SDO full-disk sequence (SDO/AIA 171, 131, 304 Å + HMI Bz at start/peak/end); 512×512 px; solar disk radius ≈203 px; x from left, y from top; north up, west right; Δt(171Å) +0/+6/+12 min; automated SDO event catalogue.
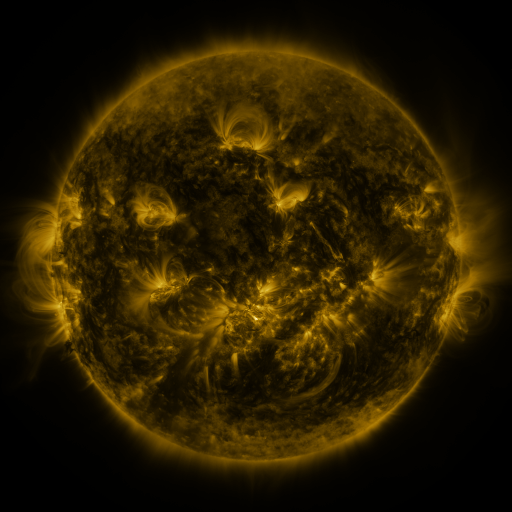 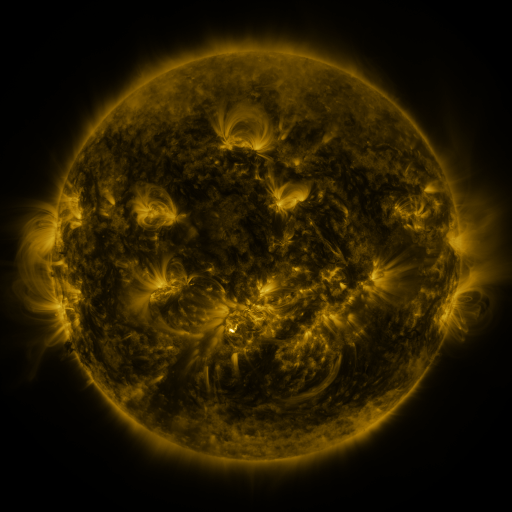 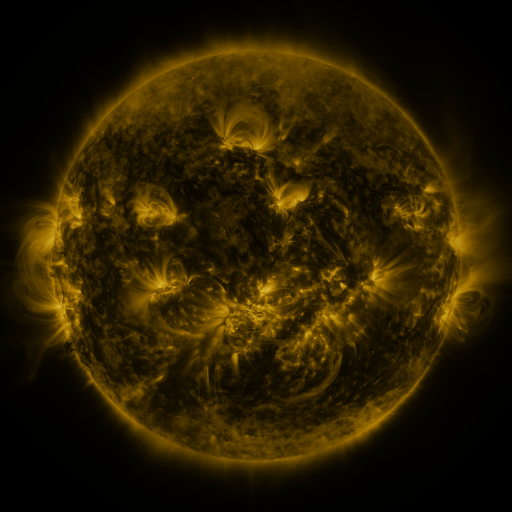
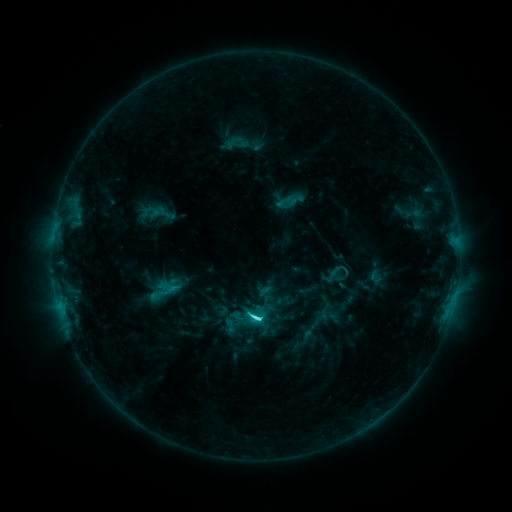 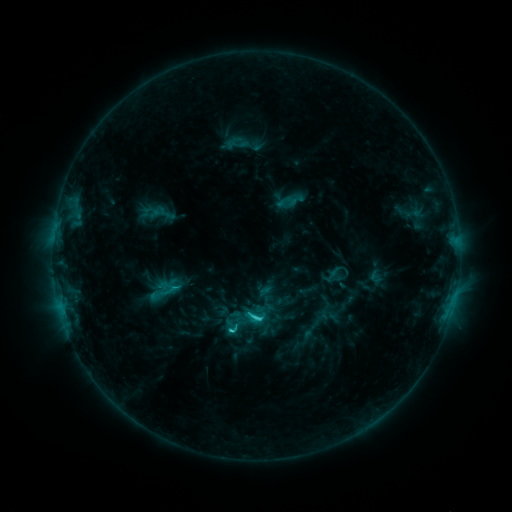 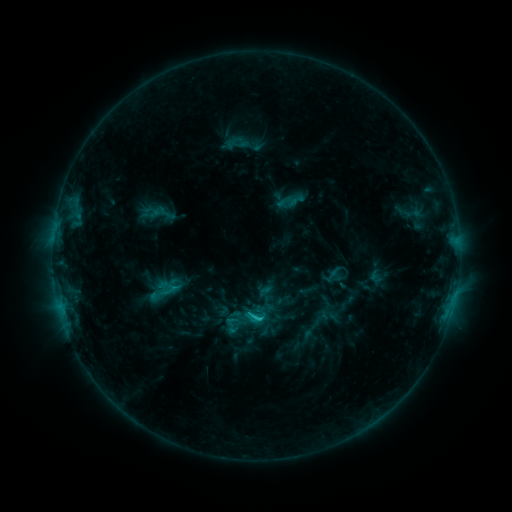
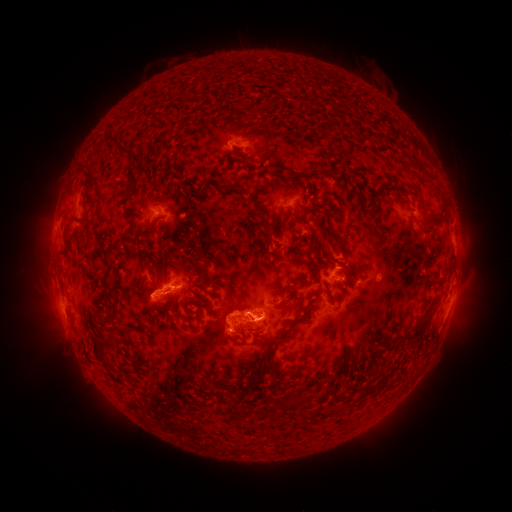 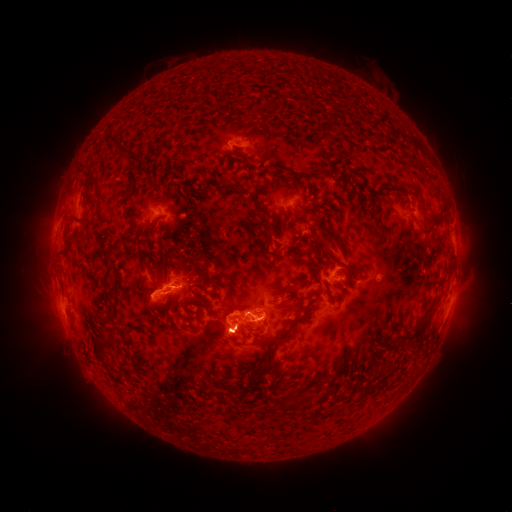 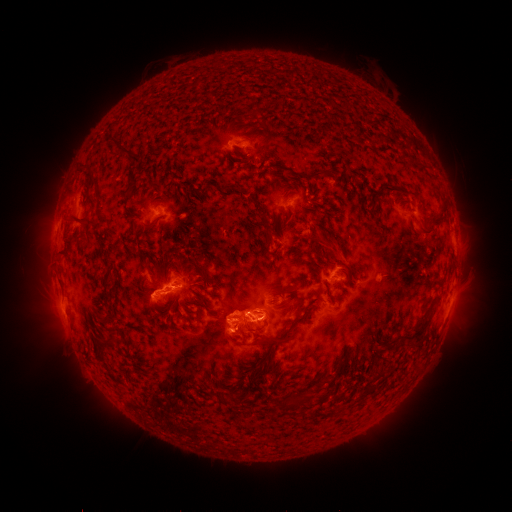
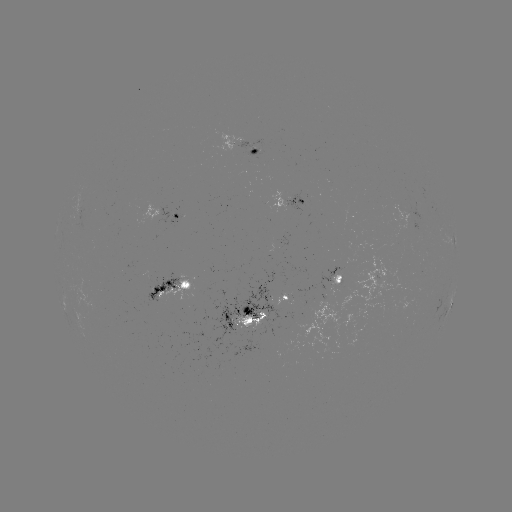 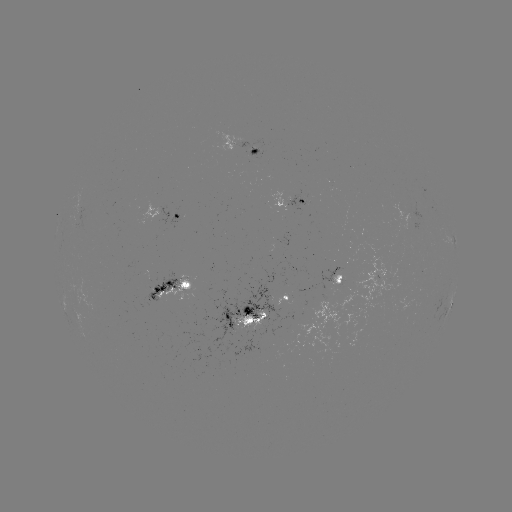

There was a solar eruption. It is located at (241, 338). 